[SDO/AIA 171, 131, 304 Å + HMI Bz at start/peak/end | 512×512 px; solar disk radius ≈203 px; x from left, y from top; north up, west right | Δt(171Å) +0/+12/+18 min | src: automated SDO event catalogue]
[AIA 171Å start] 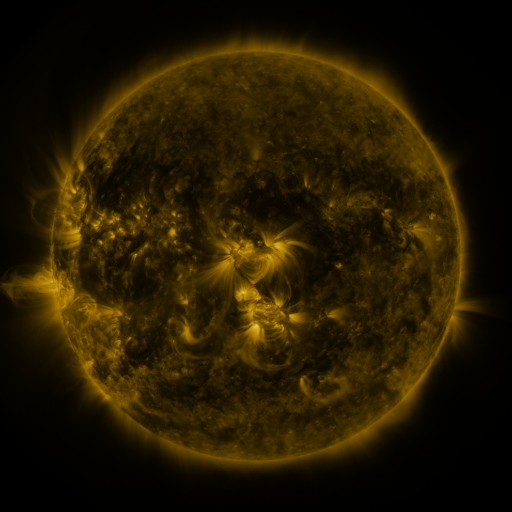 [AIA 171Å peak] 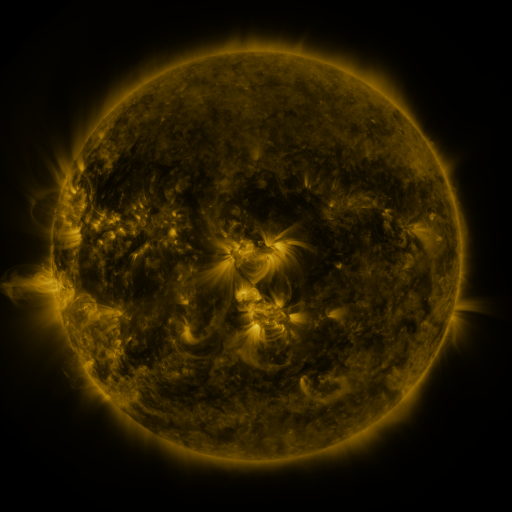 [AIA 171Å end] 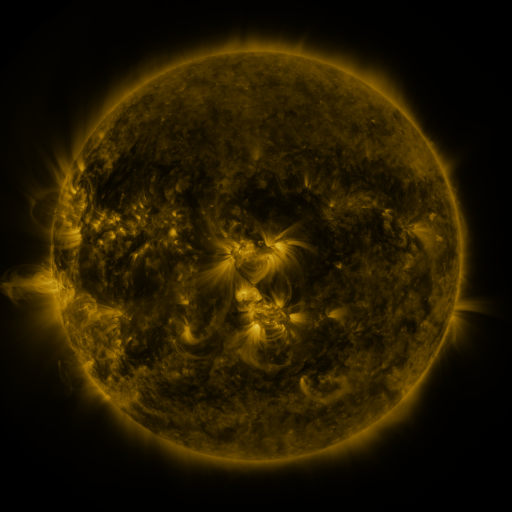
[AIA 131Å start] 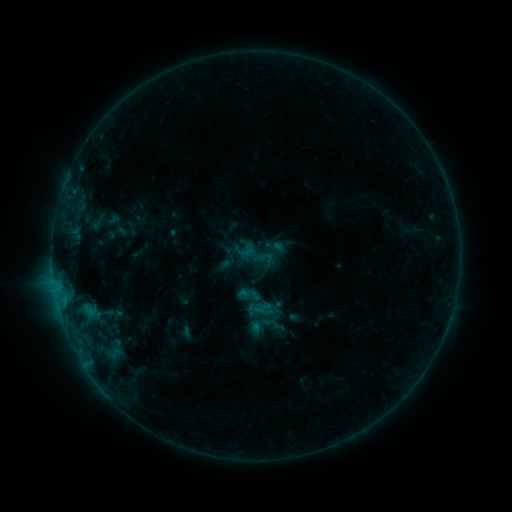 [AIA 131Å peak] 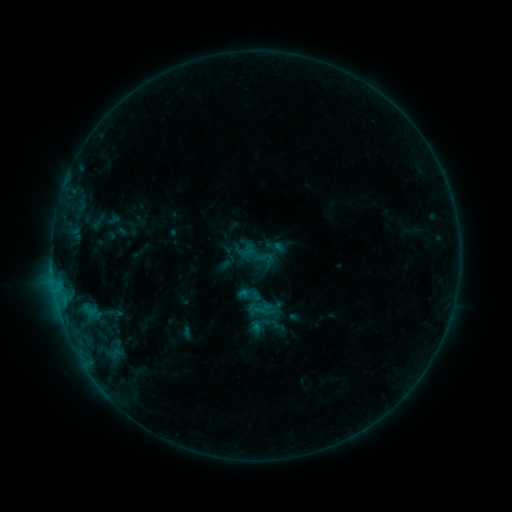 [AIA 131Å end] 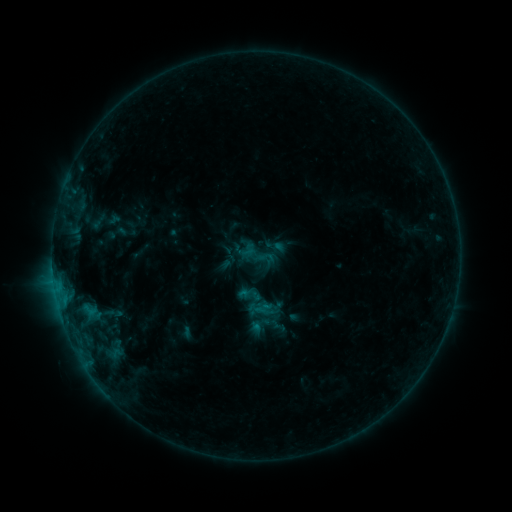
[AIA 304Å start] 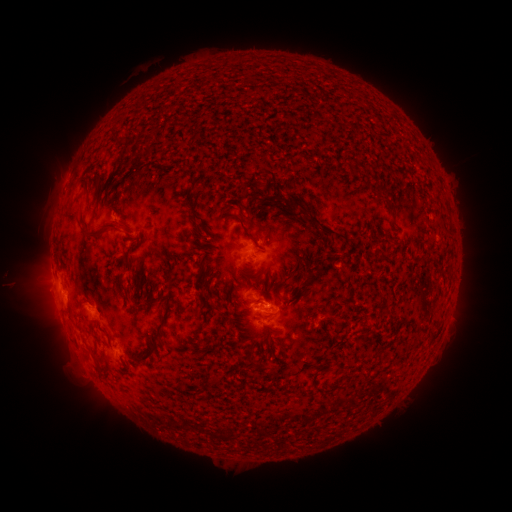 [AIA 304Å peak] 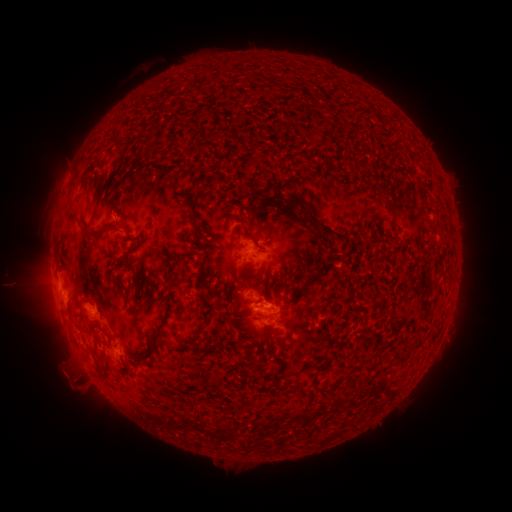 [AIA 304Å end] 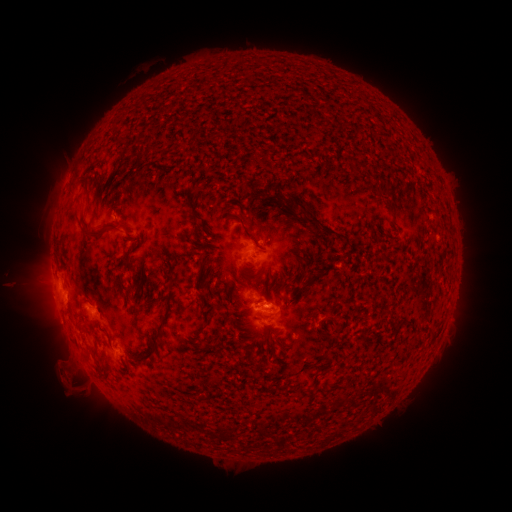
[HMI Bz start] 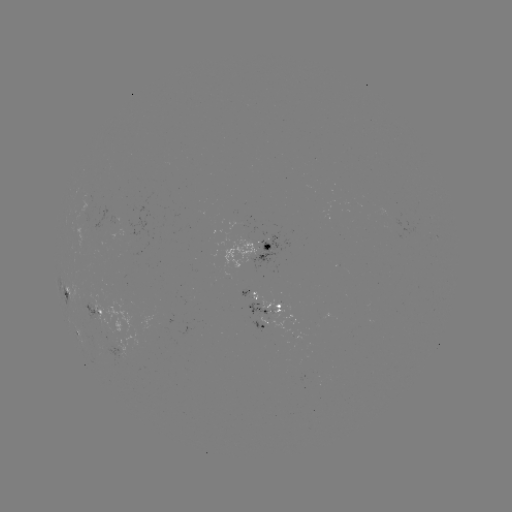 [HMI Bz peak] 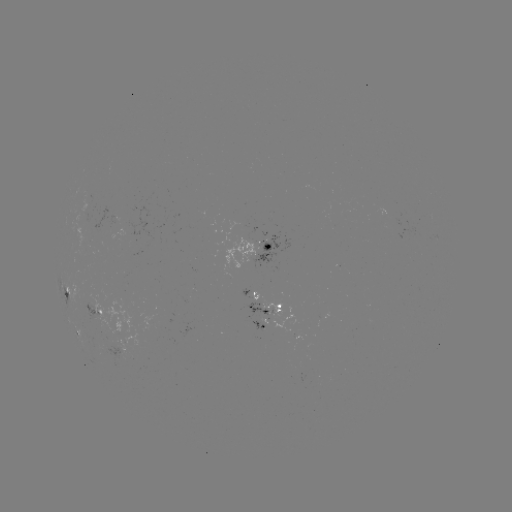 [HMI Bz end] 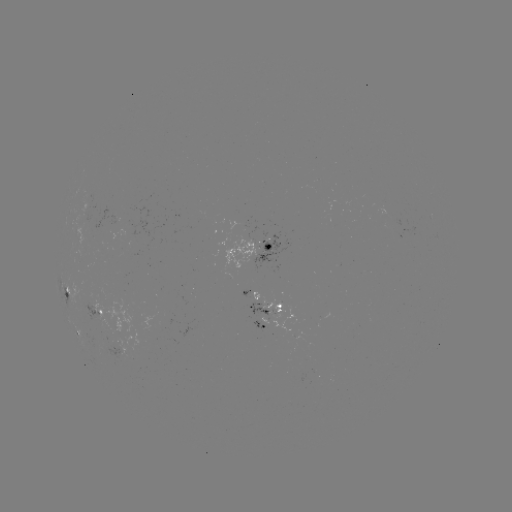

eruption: <bbox>44, 352, 103, 405</bbox>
